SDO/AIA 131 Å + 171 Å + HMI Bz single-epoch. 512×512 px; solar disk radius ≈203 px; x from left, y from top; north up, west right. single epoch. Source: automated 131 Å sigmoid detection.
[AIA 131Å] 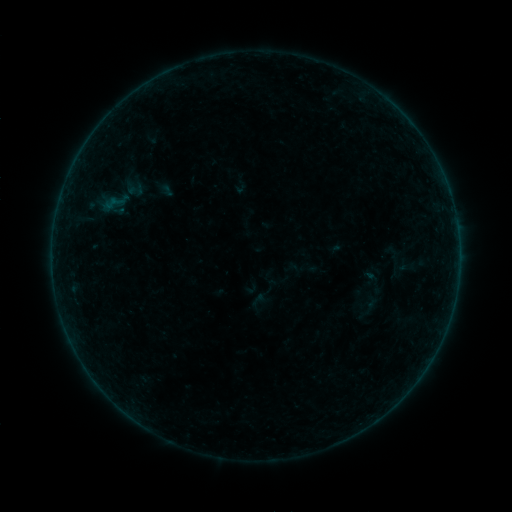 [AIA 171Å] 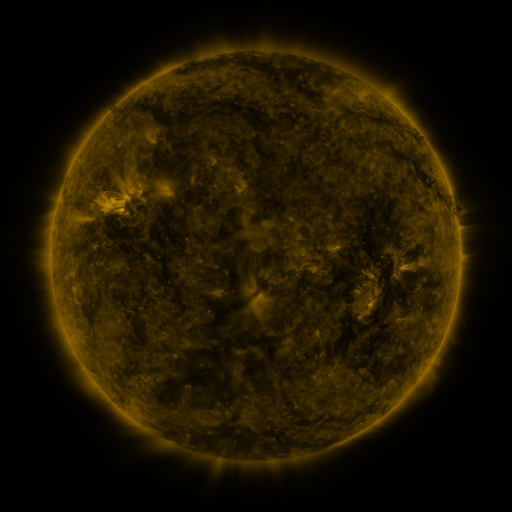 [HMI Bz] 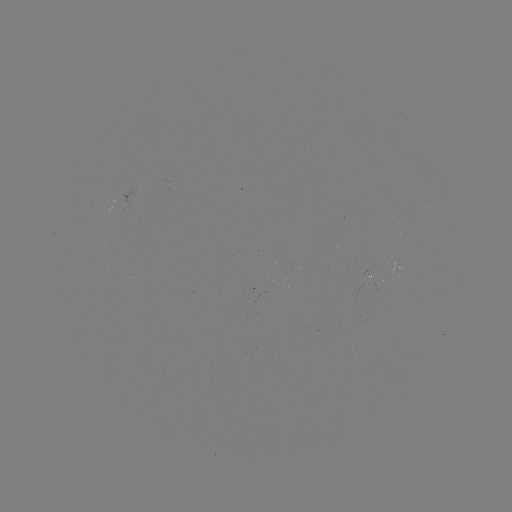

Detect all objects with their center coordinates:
sigmoid: <bbox>91, 167, 151, 227</bbox>
